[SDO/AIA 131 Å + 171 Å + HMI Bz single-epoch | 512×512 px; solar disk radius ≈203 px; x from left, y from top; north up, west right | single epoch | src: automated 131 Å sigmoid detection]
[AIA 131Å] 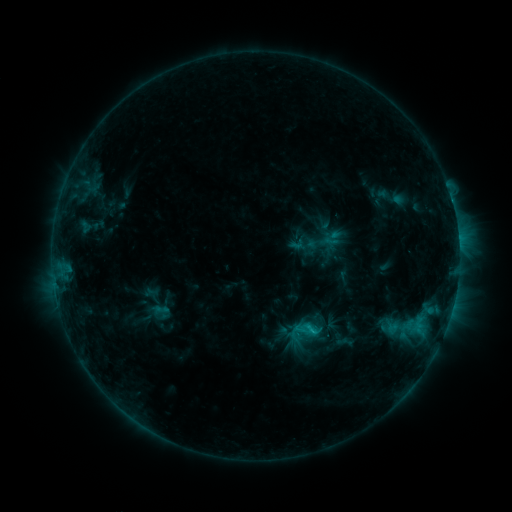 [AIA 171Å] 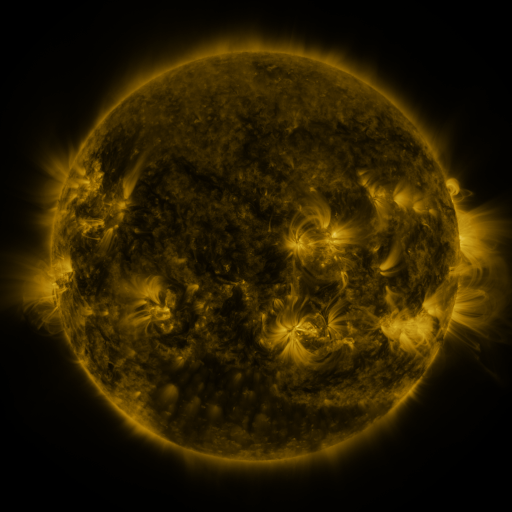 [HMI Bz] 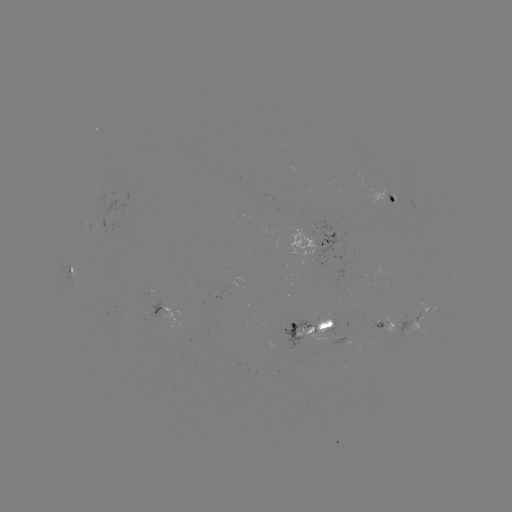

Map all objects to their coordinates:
sigmoid: (163, 311)
sigmoid: (304, 333)
